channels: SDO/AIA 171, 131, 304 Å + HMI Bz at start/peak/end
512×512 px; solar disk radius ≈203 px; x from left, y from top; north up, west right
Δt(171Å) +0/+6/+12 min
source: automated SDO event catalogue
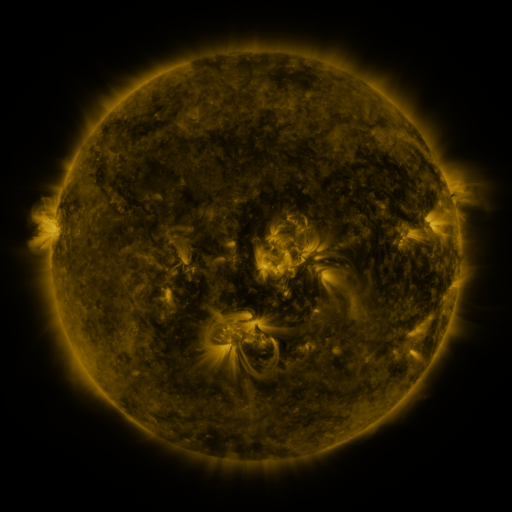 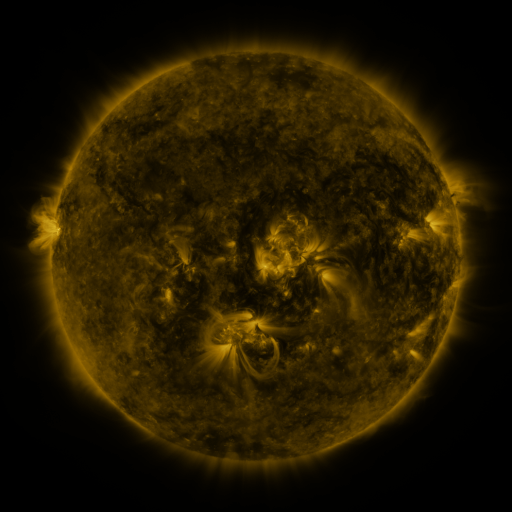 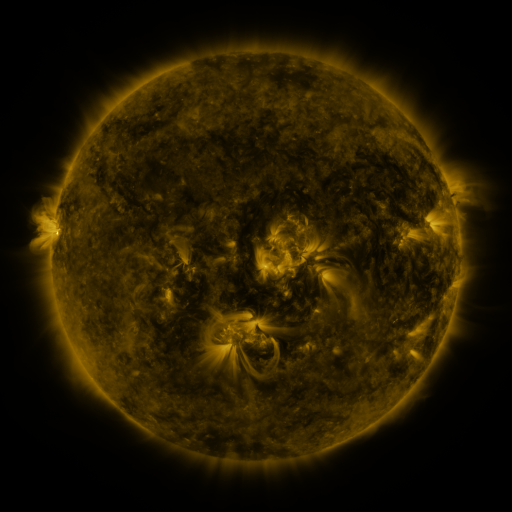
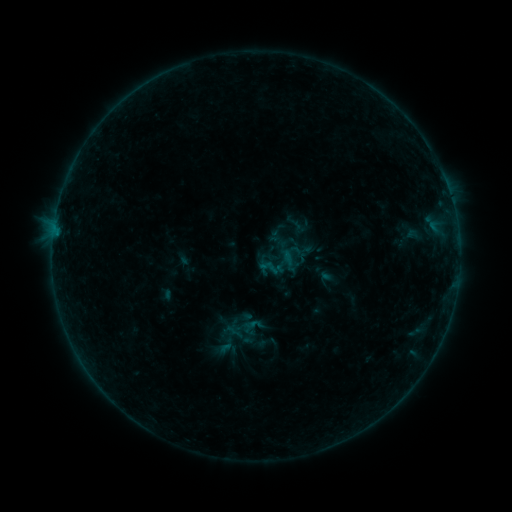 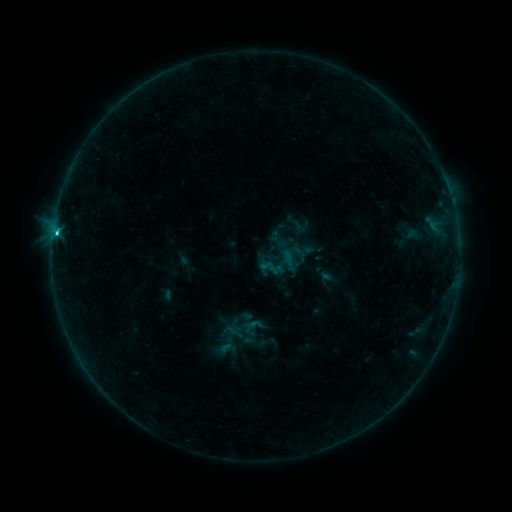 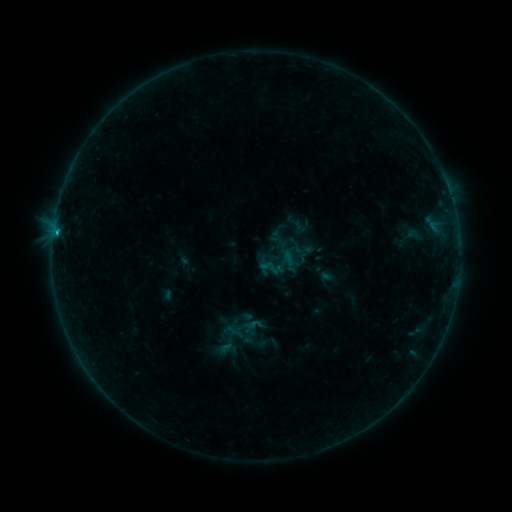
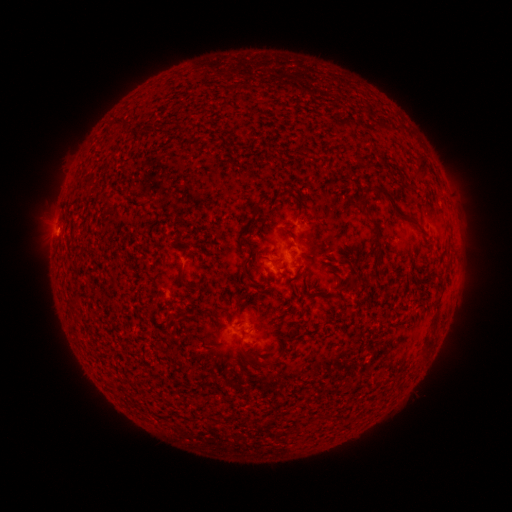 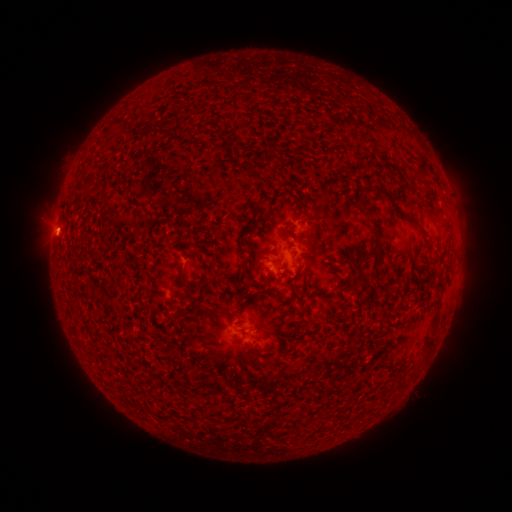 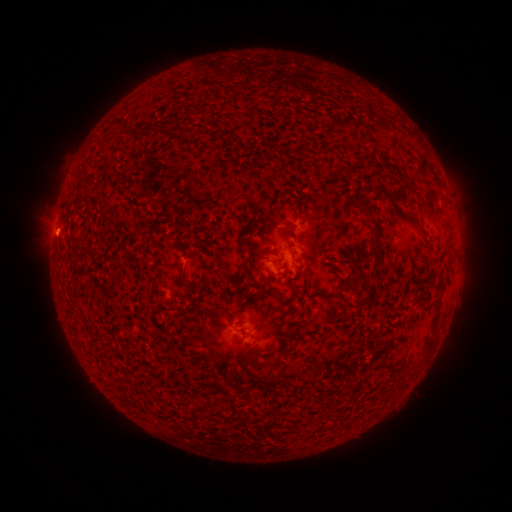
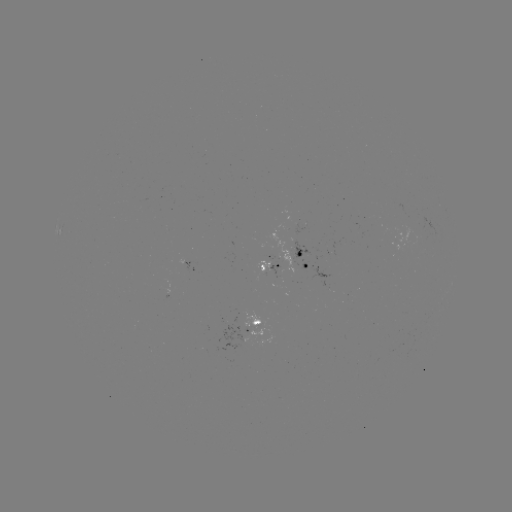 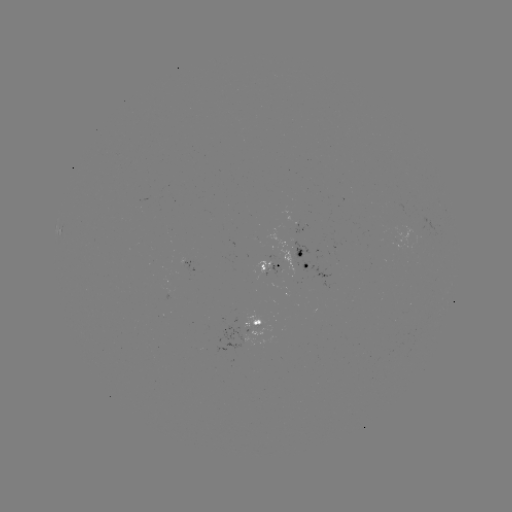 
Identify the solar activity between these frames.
C1.1 flare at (58, 239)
